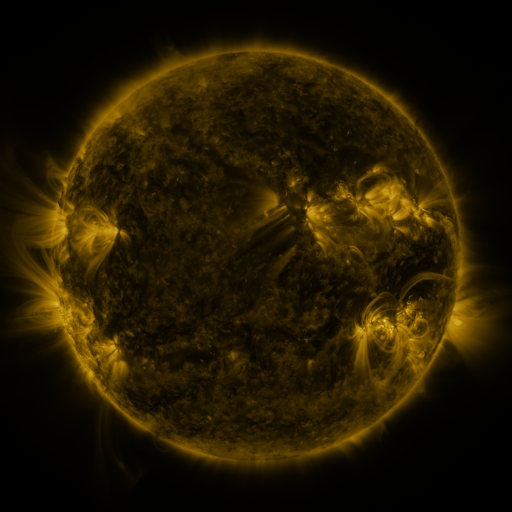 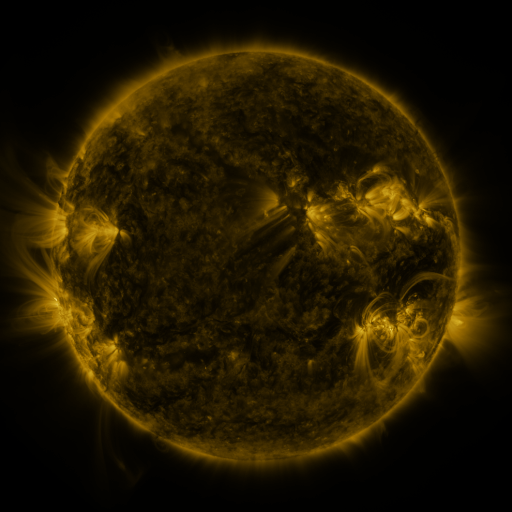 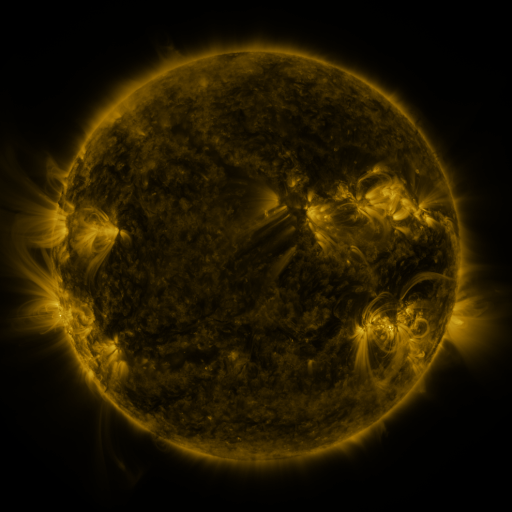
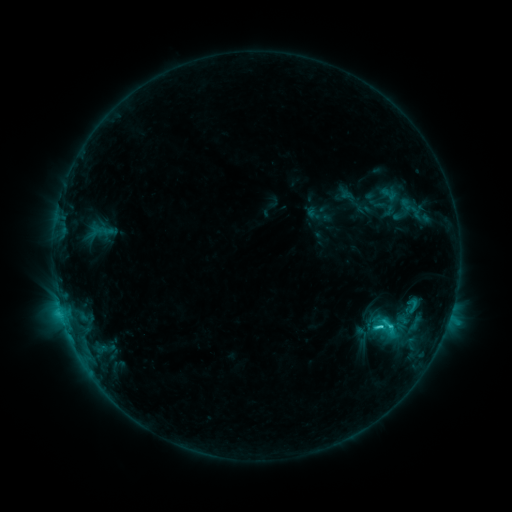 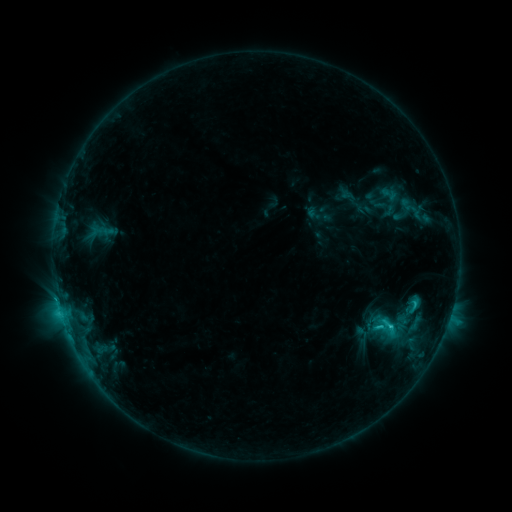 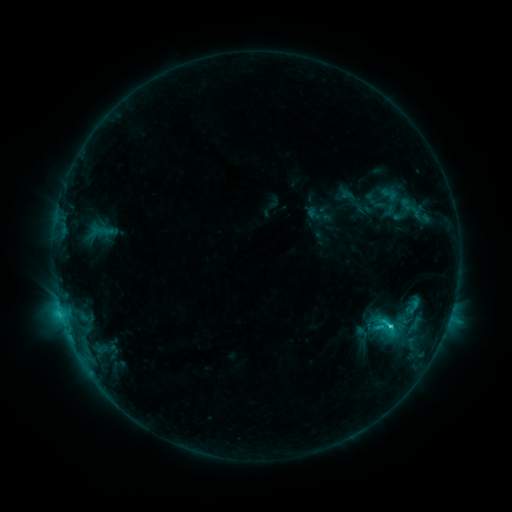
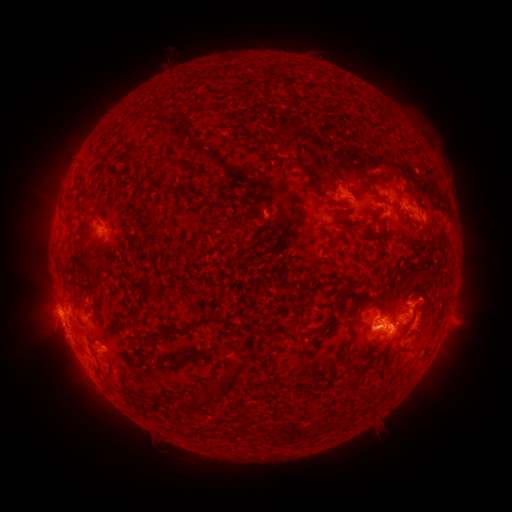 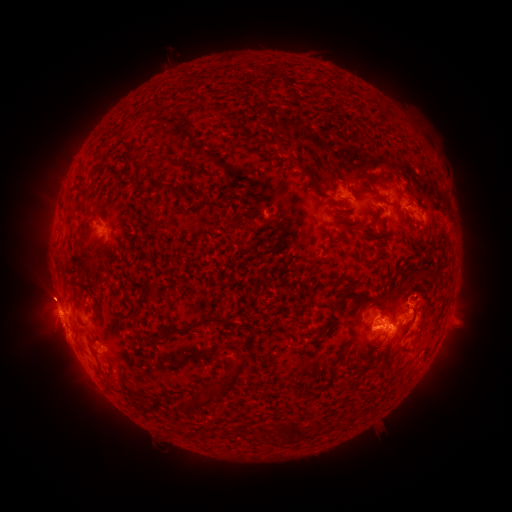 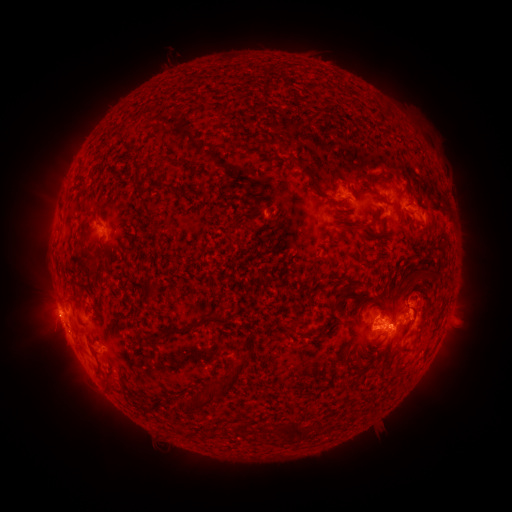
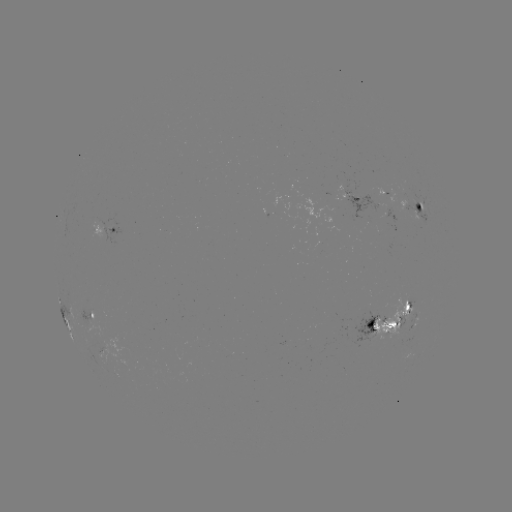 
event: eruption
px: (44, 294)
